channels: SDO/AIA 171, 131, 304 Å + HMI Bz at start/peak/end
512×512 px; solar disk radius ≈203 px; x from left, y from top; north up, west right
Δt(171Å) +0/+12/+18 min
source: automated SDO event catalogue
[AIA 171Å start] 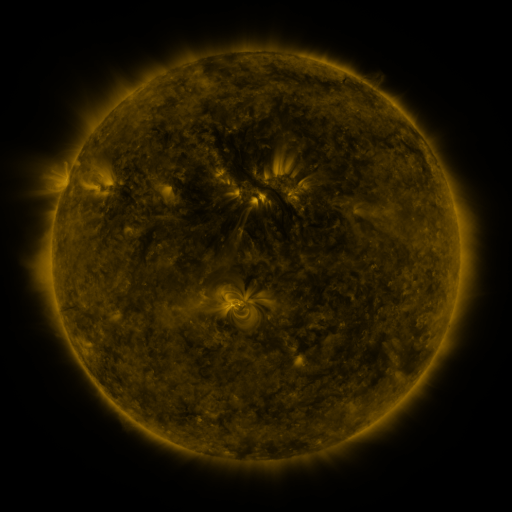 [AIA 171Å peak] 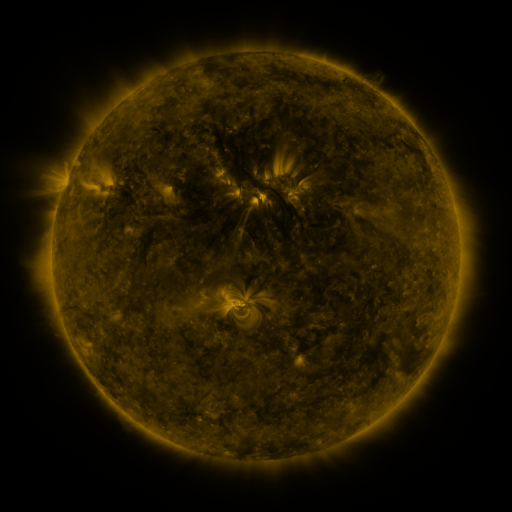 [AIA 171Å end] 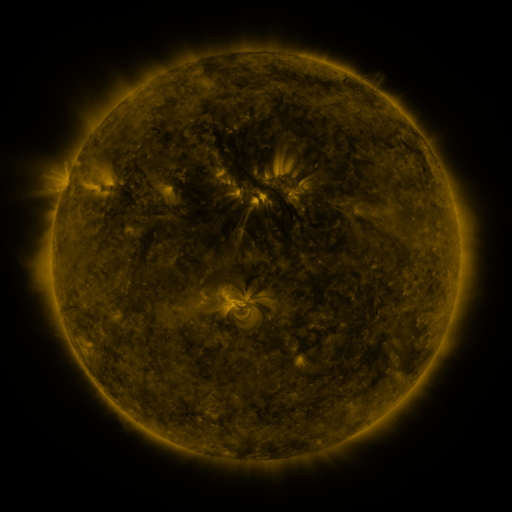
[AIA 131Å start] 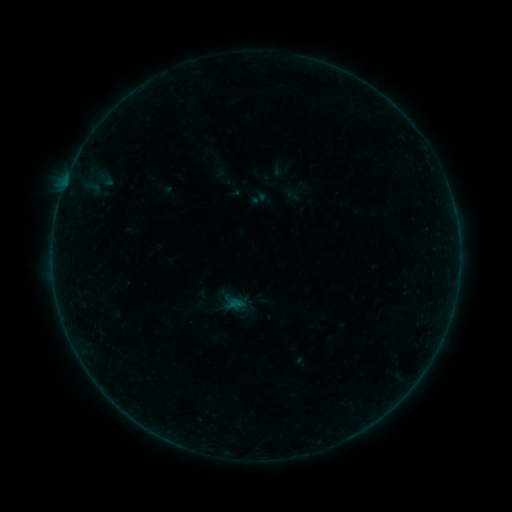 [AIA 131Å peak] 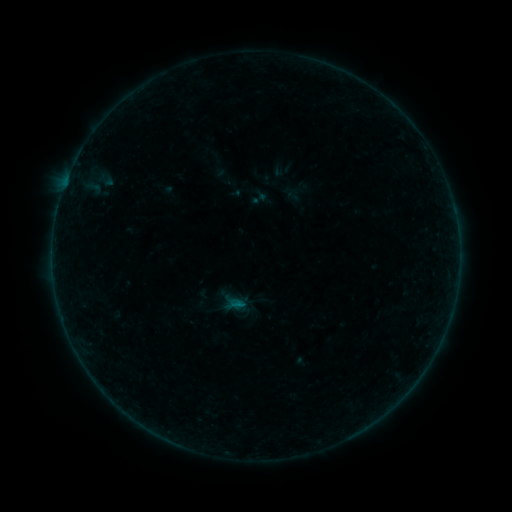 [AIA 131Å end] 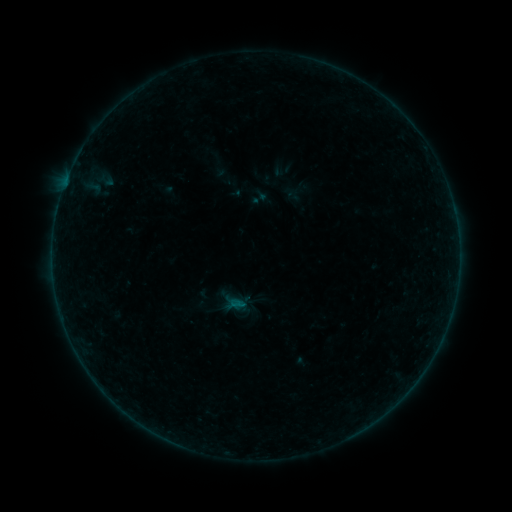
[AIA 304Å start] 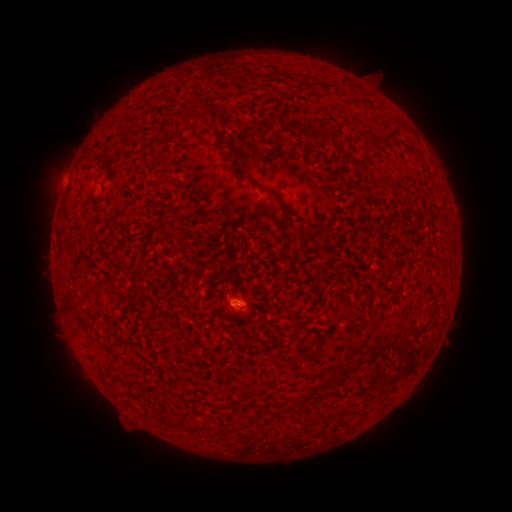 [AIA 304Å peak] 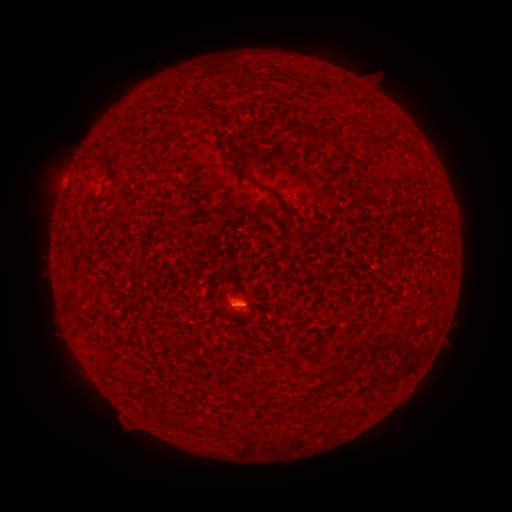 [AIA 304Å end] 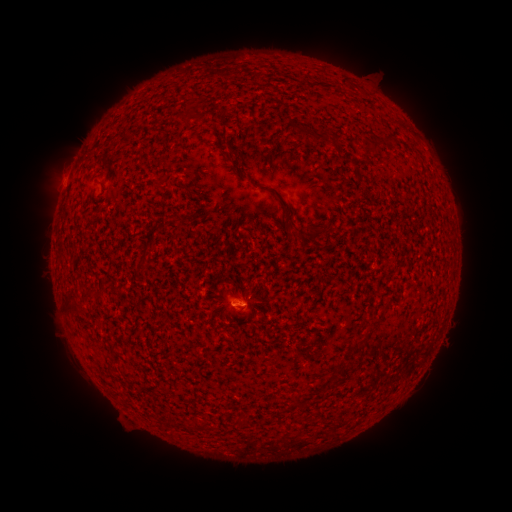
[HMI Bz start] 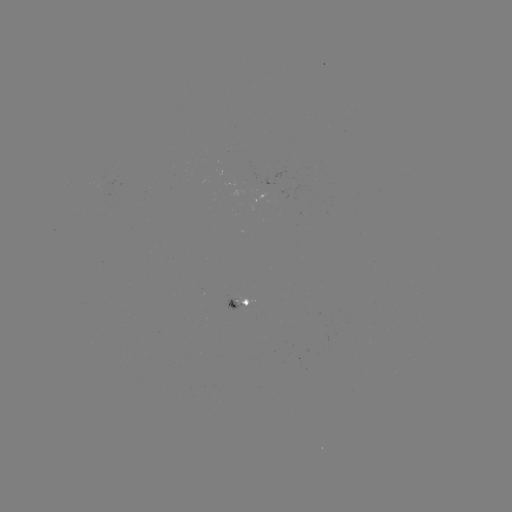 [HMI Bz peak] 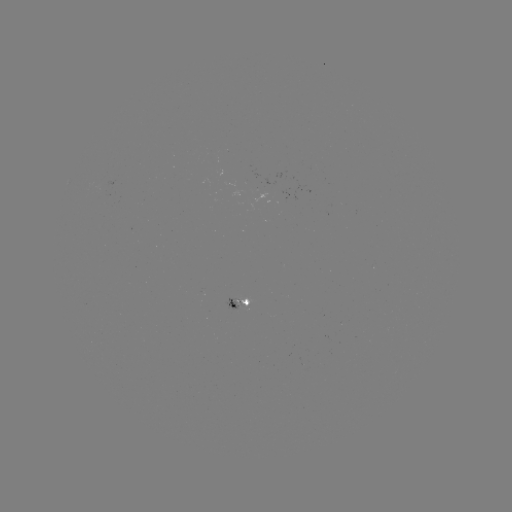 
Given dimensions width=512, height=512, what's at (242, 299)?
B1.3 flare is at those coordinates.